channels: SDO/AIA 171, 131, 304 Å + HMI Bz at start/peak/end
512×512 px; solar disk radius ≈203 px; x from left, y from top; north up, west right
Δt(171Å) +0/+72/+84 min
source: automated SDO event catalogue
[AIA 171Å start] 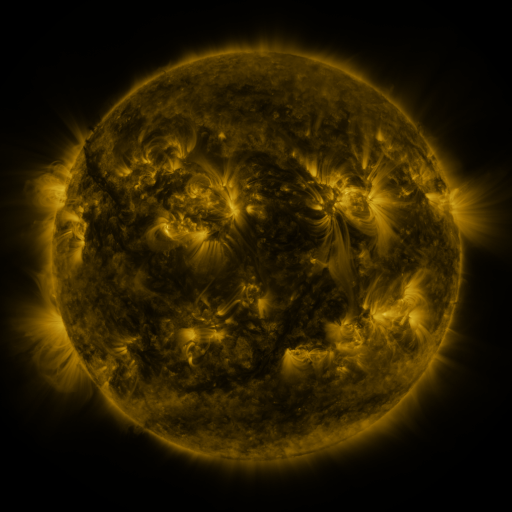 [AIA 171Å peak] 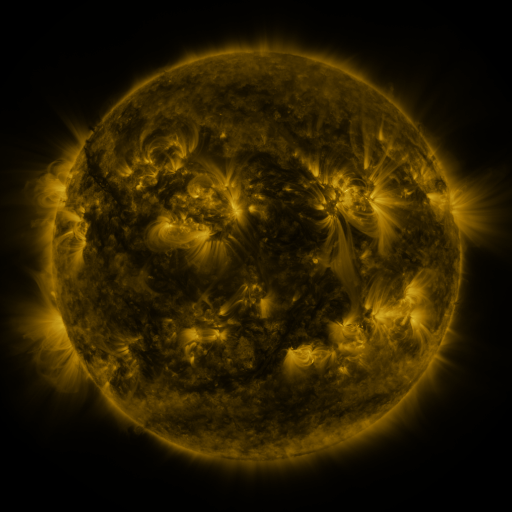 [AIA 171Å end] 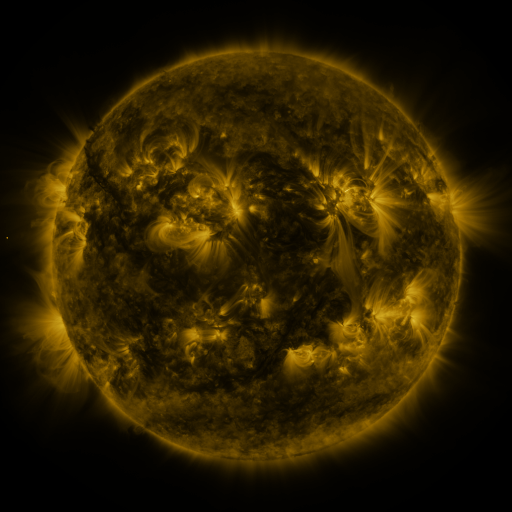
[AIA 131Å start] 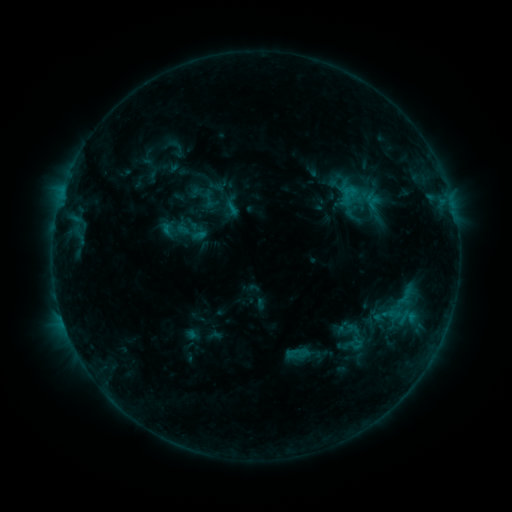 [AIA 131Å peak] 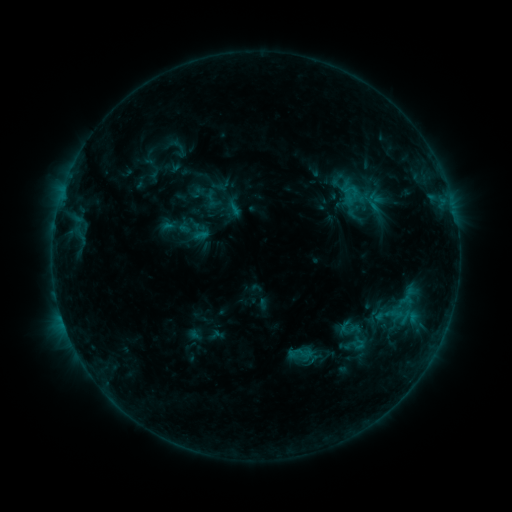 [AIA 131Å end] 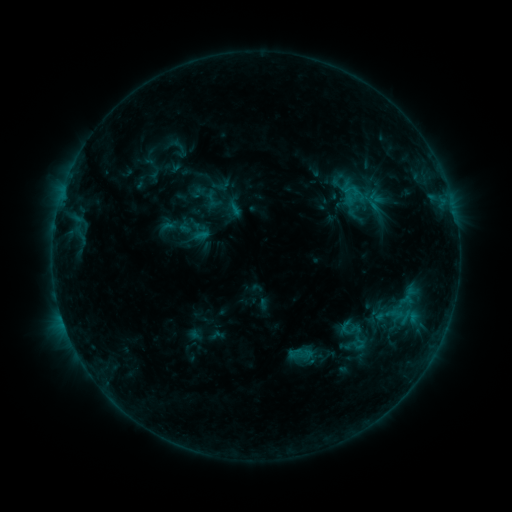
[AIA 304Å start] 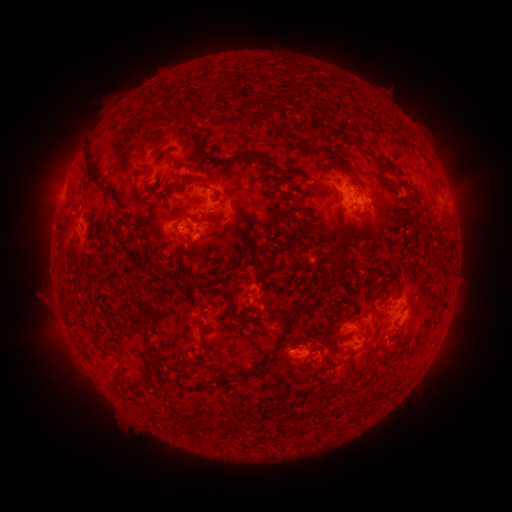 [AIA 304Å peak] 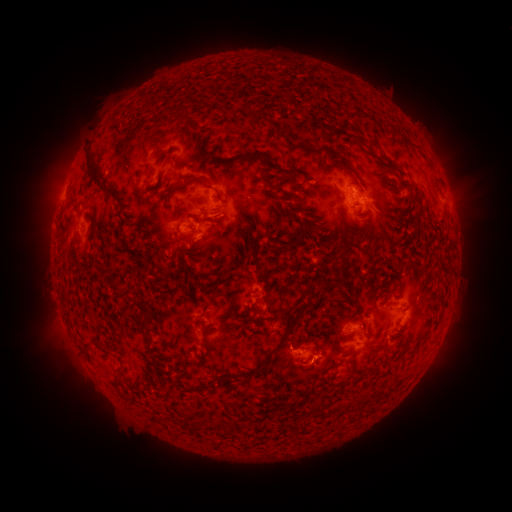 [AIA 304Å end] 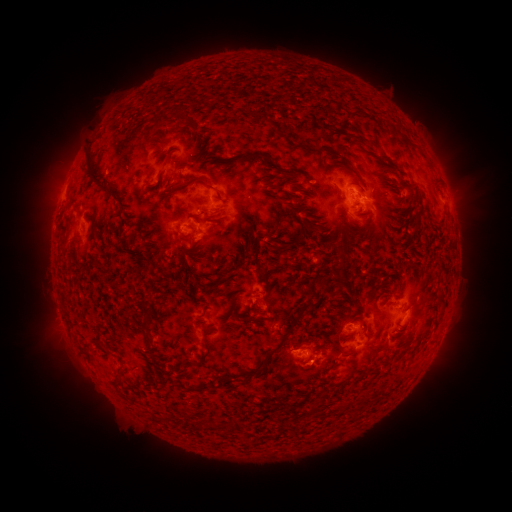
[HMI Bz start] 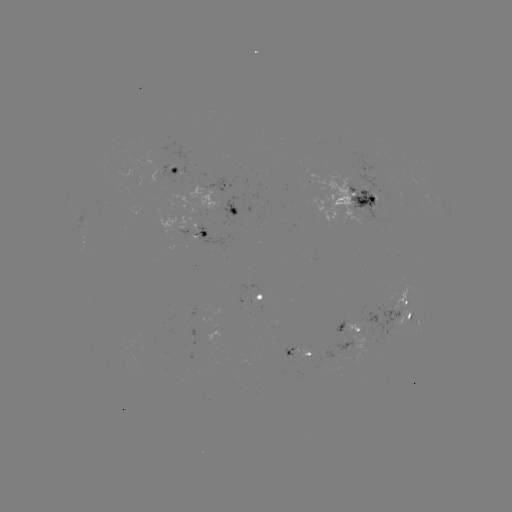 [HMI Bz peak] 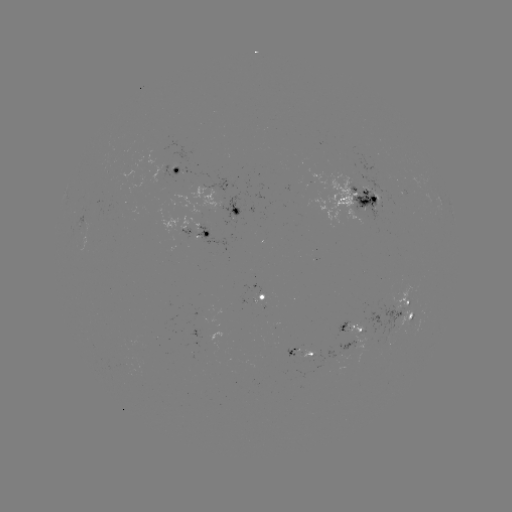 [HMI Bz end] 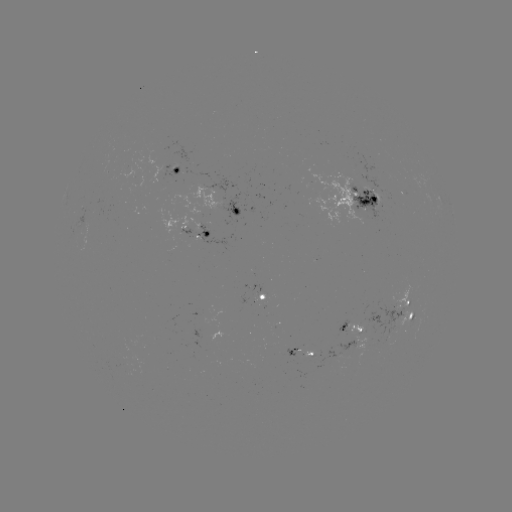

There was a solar emerging-flux region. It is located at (405, 312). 